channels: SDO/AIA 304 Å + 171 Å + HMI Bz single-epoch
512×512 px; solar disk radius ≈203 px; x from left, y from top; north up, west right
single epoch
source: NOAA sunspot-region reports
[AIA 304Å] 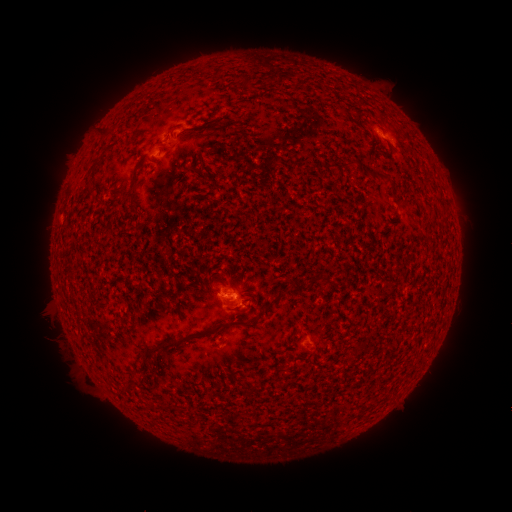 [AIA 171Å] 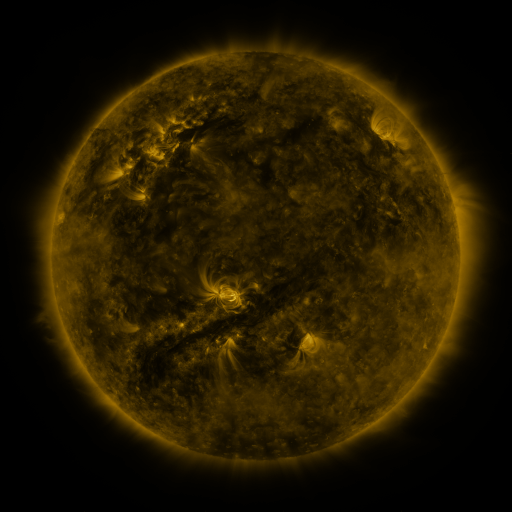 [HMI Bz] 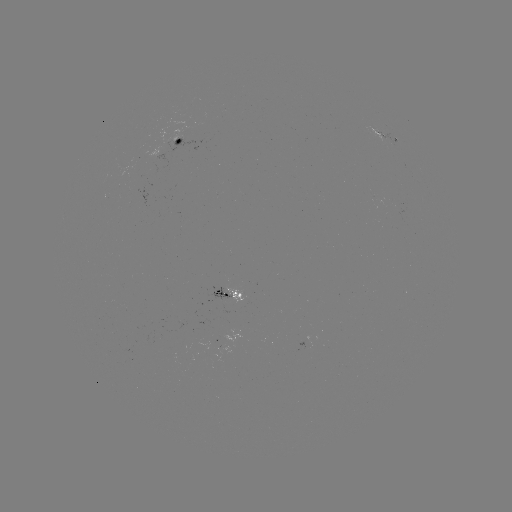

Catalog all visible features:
spotted active region: (383, 133)
spotted active region: (182, 138)
spotted active region: (231, 290)
